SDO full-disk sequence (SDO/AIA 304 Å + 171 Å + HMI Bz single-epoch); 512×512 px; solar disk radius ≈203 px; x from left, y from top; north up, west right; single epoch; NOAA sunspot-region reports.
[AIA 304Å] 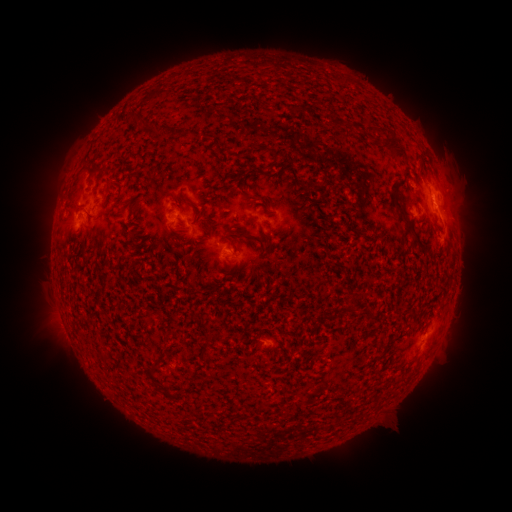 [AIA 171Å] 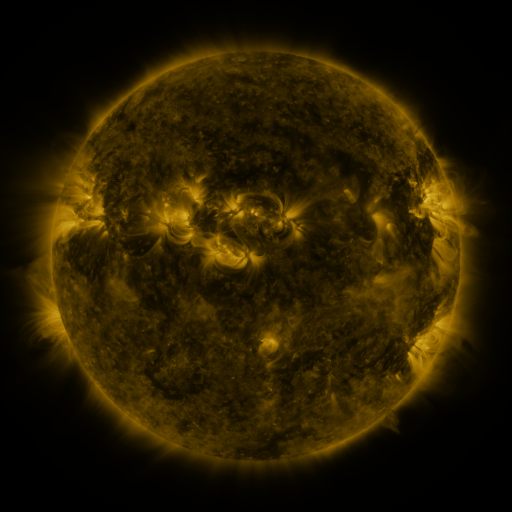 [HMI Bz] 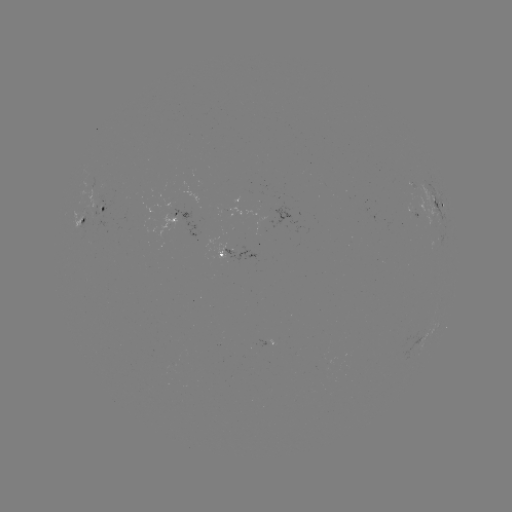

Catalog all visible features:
spotted active region: (437, 205)
spotted active region: (106, 212)
spotted active region: (412, 214)
spotted active region: (176, 218)
spotted active region: (82, 222)
spotted active region: (238, 256)
